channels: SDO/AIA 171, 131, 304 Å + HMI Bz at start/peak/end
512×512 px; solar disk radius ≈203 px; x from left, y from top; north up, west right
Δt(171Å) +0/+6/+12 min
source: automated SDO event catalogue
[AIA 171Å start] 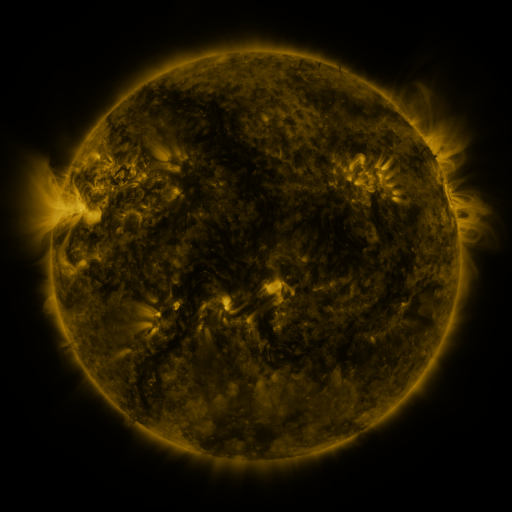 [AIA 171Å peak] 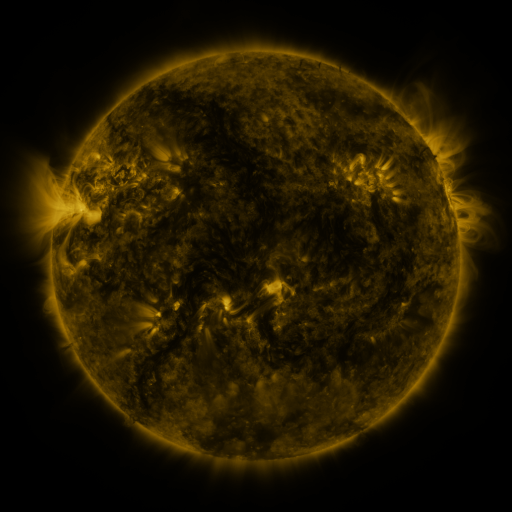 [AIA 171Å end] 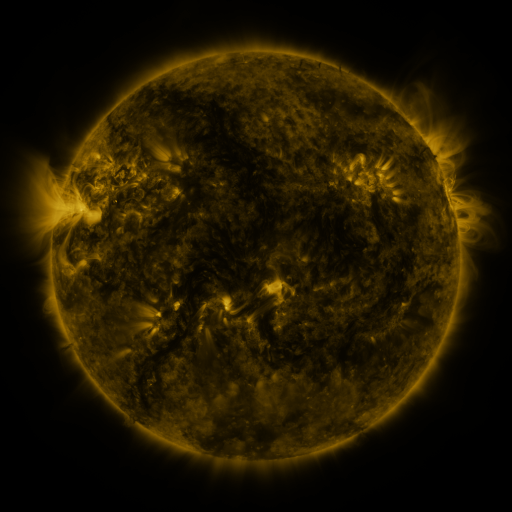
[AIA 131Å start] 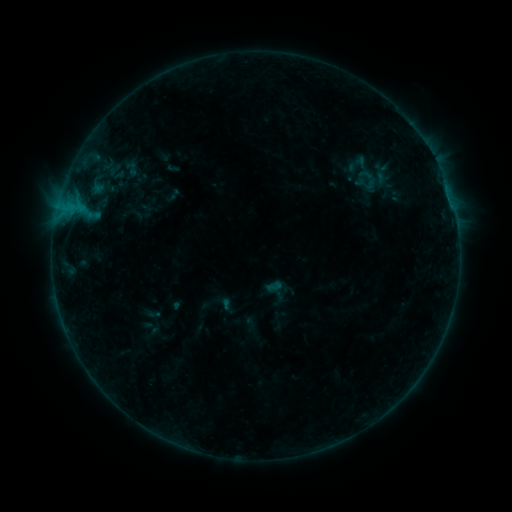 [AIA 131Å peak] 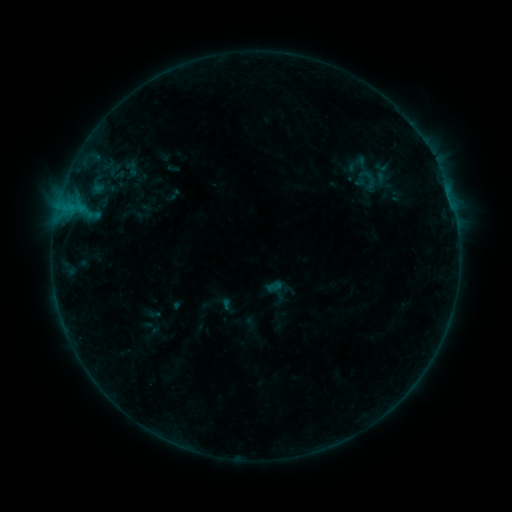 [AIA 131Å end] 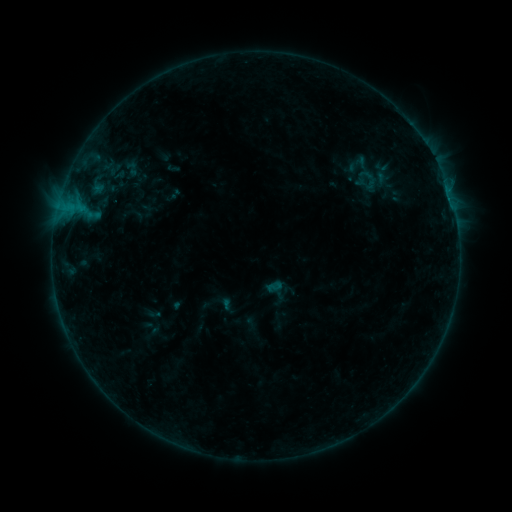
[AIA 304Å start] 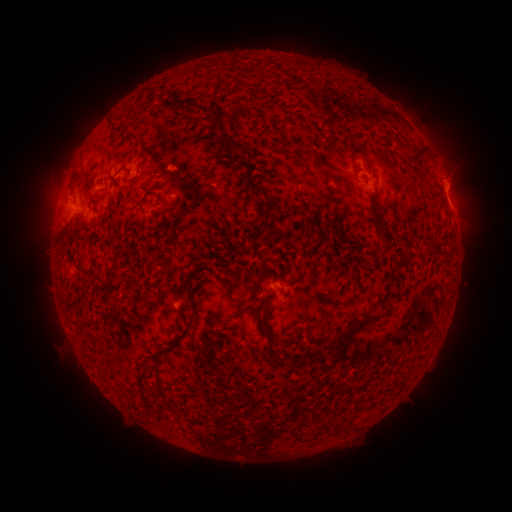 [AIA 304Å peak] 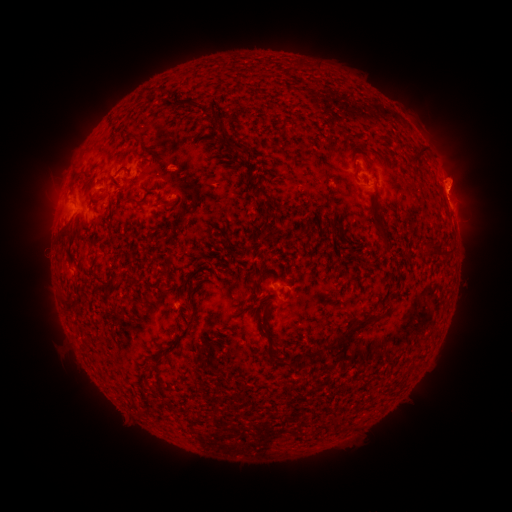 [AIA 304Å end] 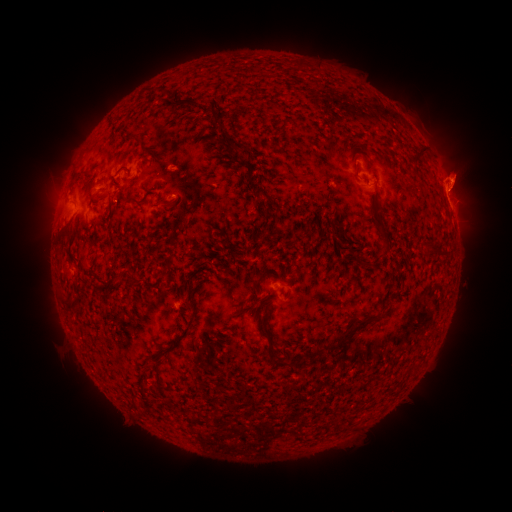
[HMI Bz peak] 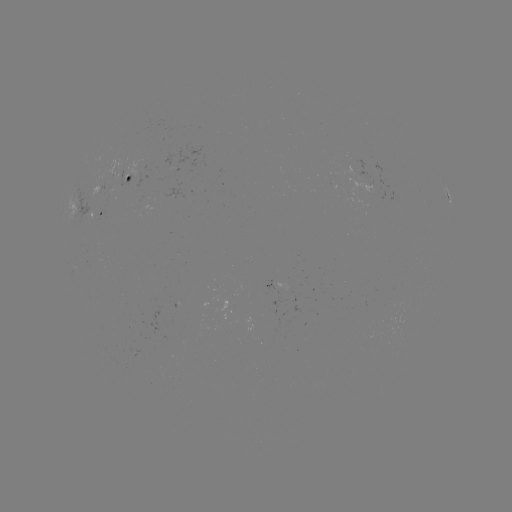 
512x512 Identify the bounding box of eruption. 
[432, 152, 486, 208].